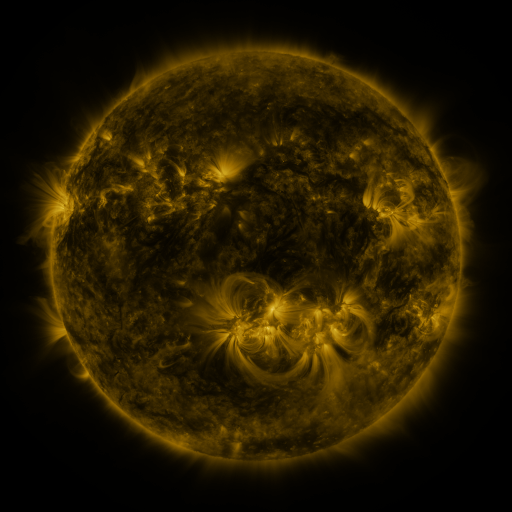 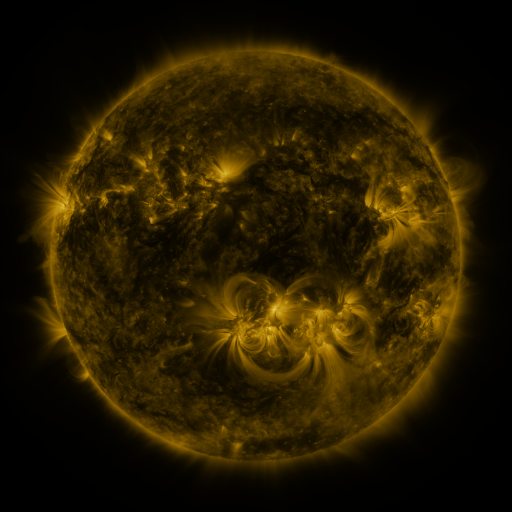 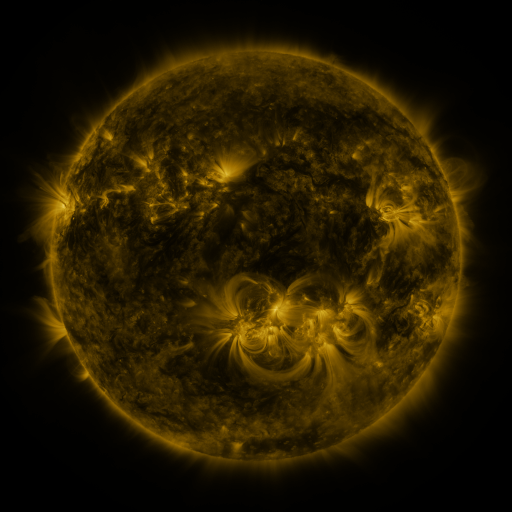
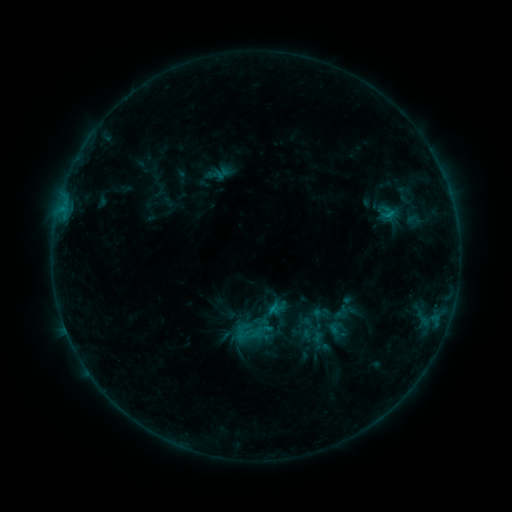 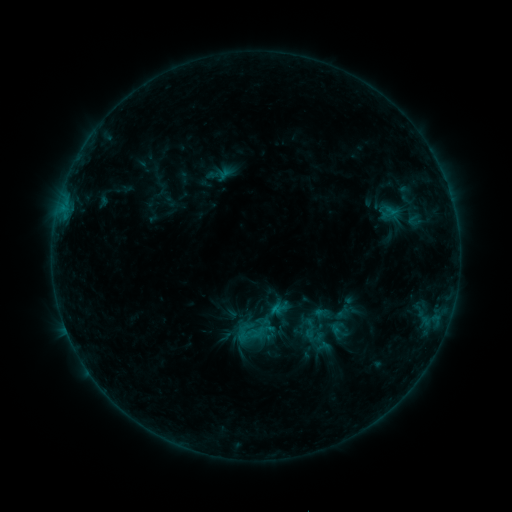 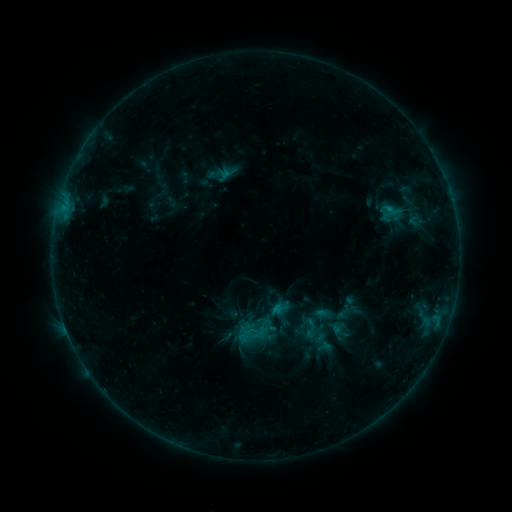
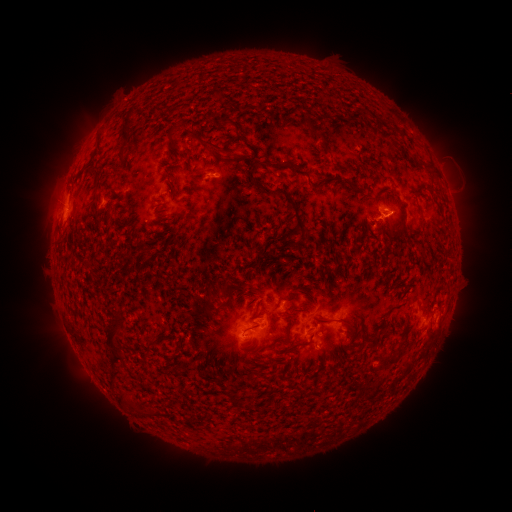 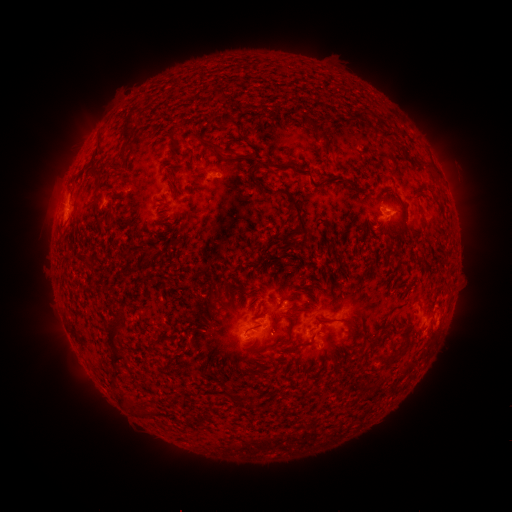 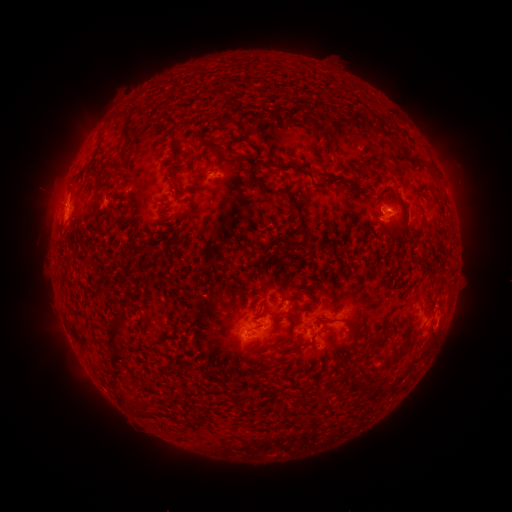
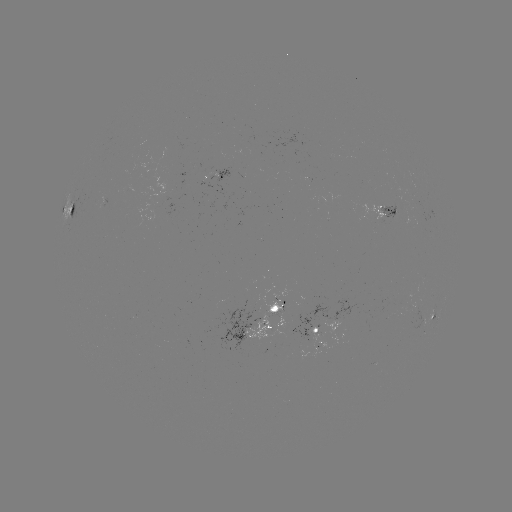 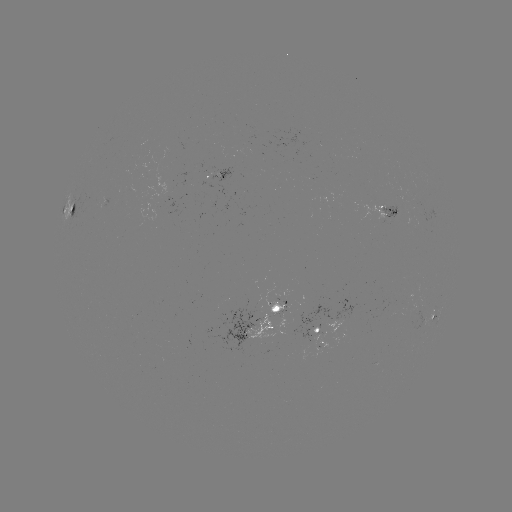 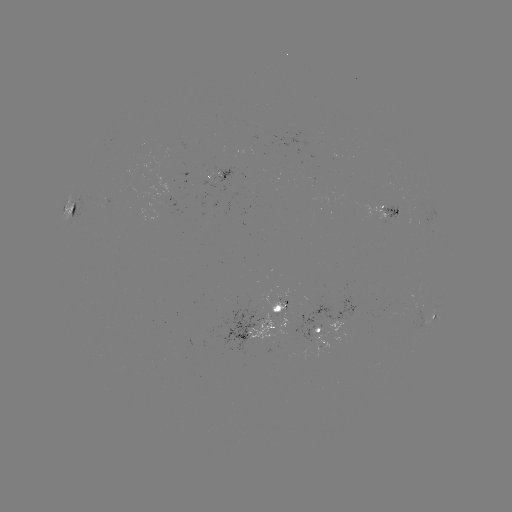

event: emerging-flux region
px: (398, 203)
